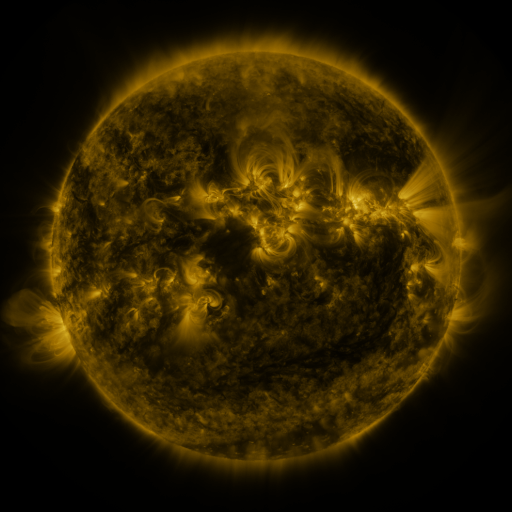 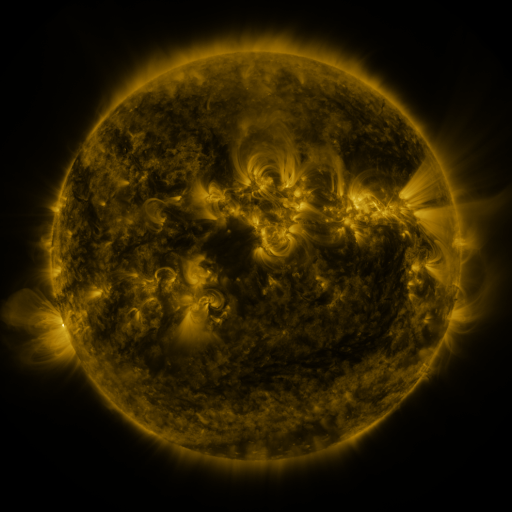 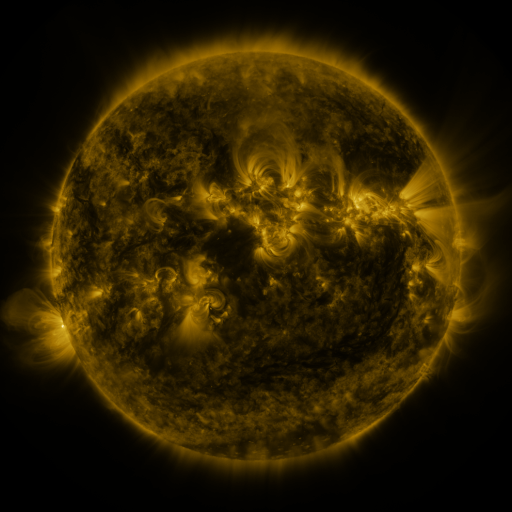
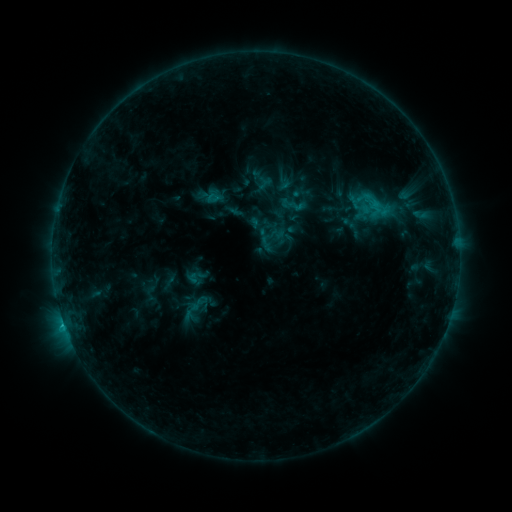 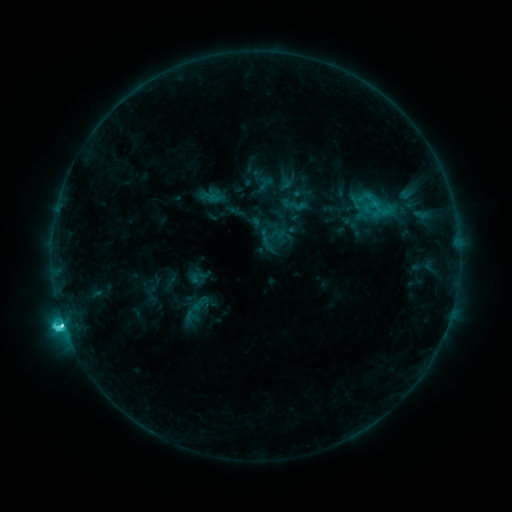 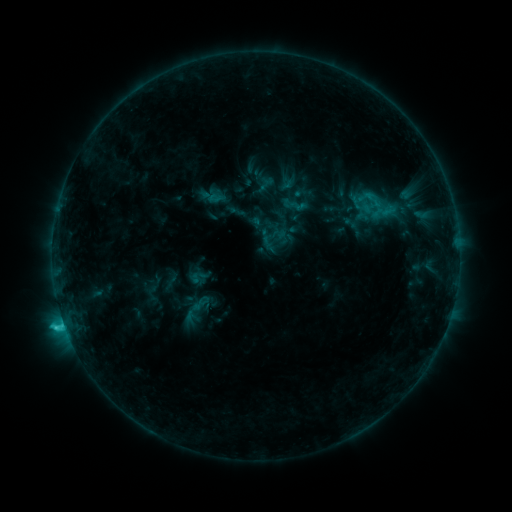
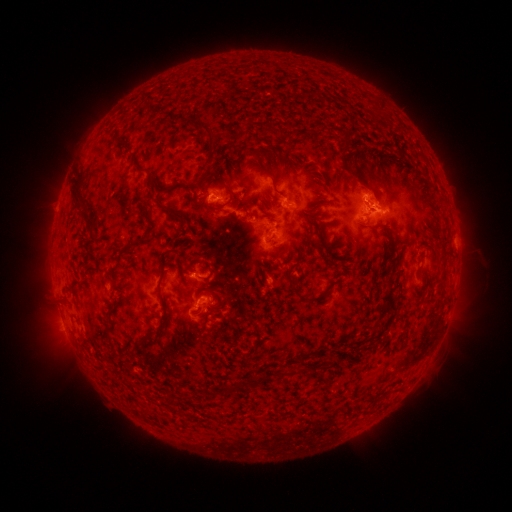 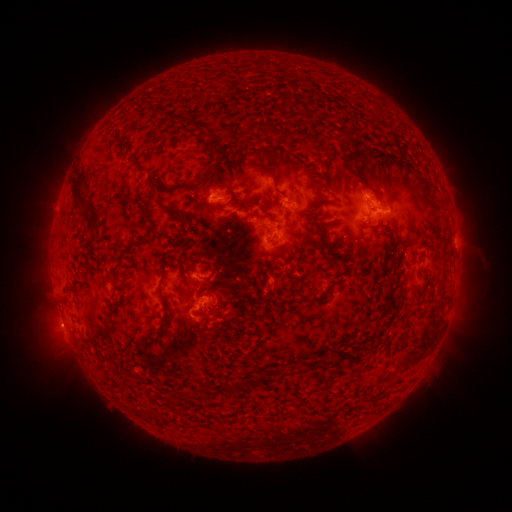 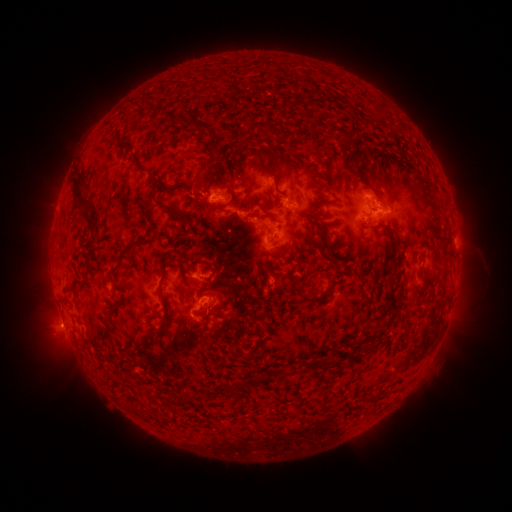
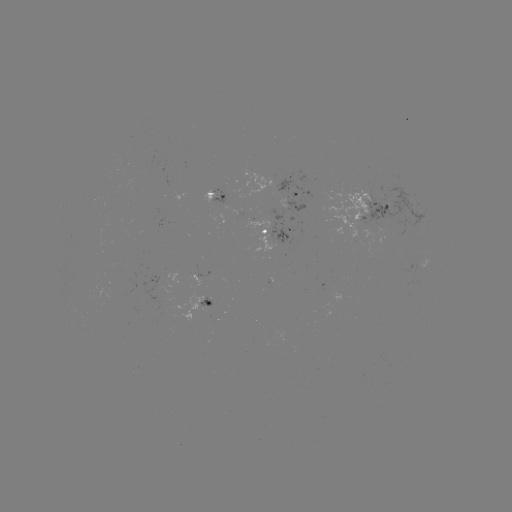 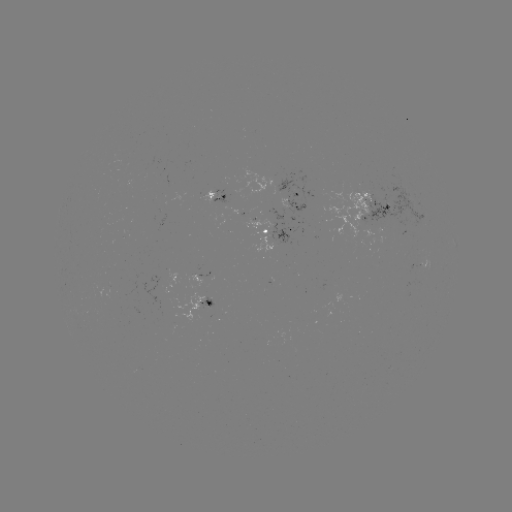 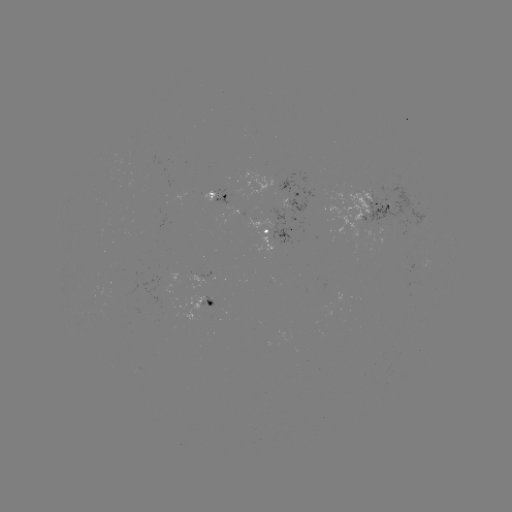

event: flare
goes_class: C3.3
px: (65, 319)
